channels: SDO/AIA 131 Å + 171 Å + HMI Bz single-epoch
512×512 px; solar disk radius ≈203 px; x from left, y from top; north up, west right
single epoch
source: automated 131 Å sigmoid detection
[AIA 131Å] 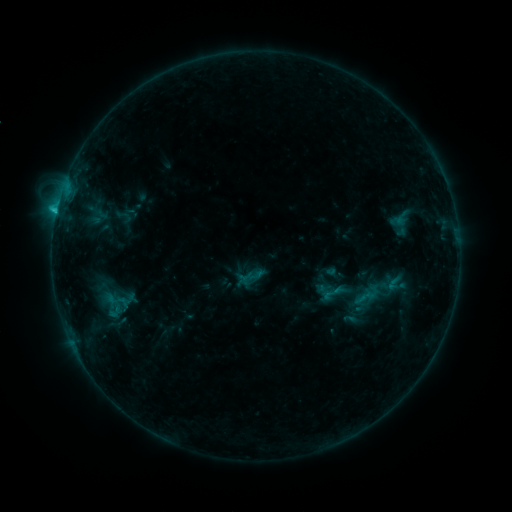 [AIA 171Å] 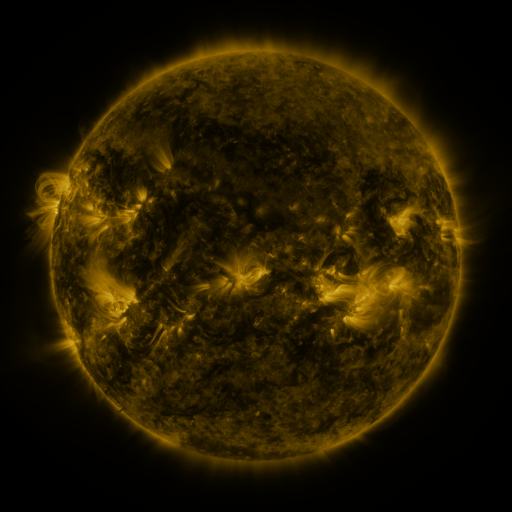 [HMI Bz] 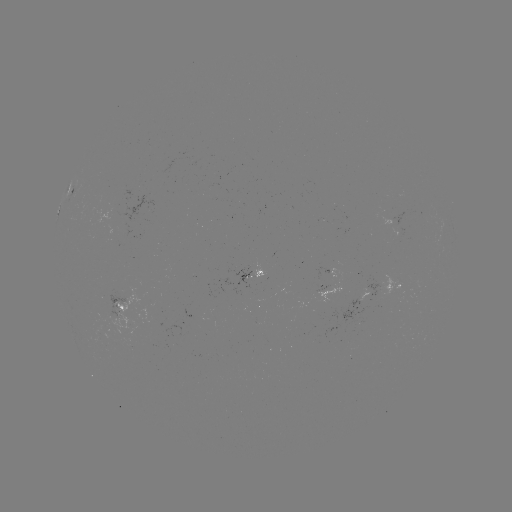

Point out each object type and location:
sigmoid: (115, 207, 133, 226)
sigmoid: (353, 280, 383, 310)
